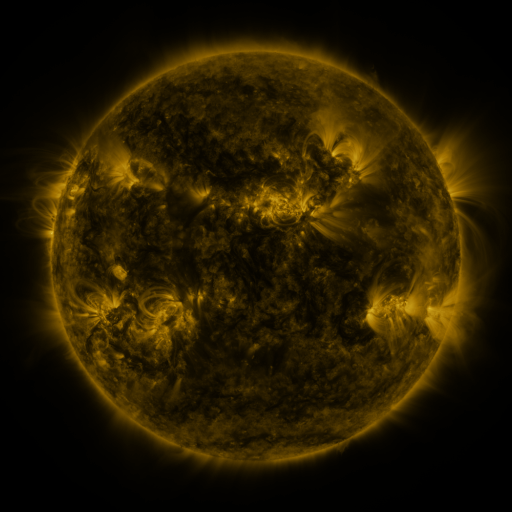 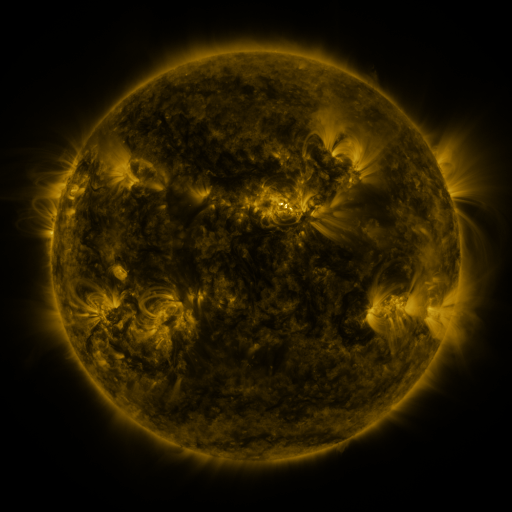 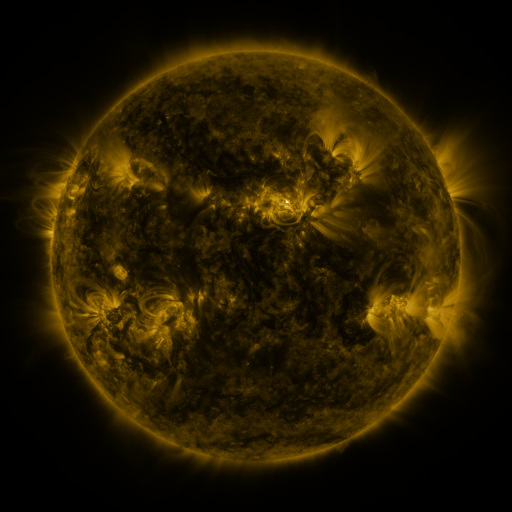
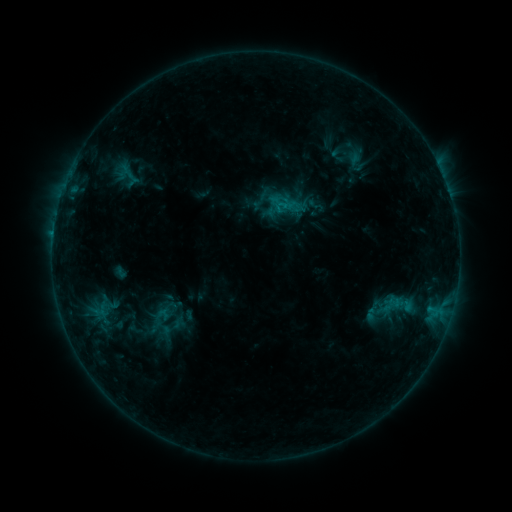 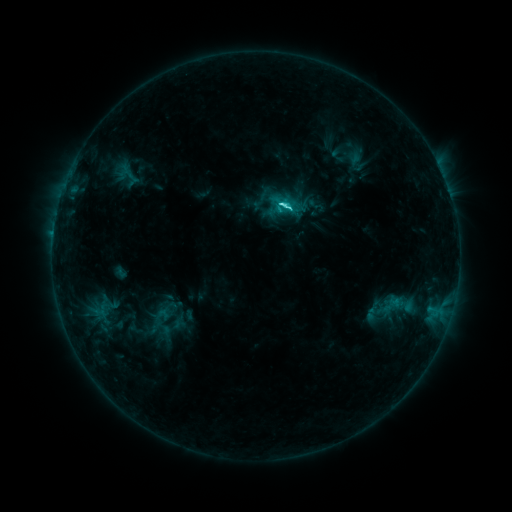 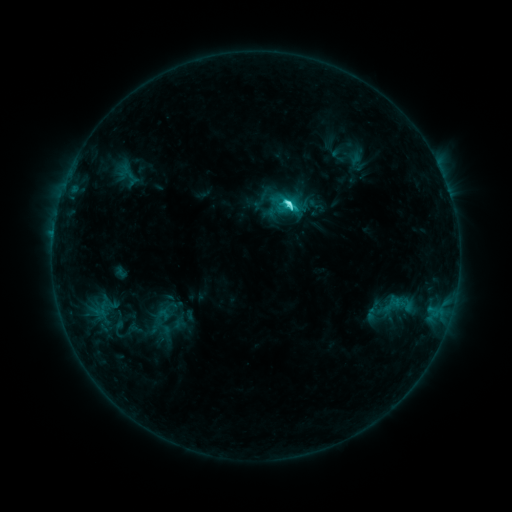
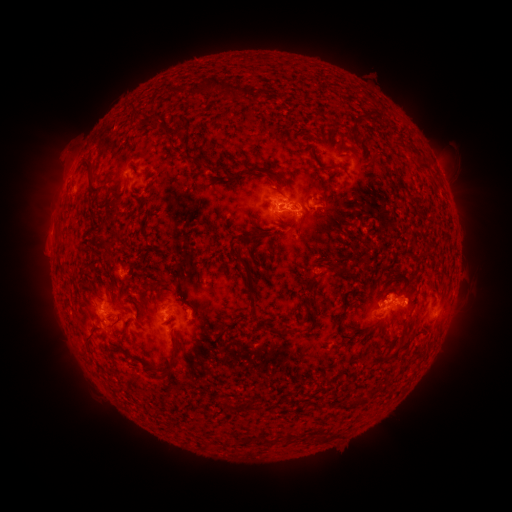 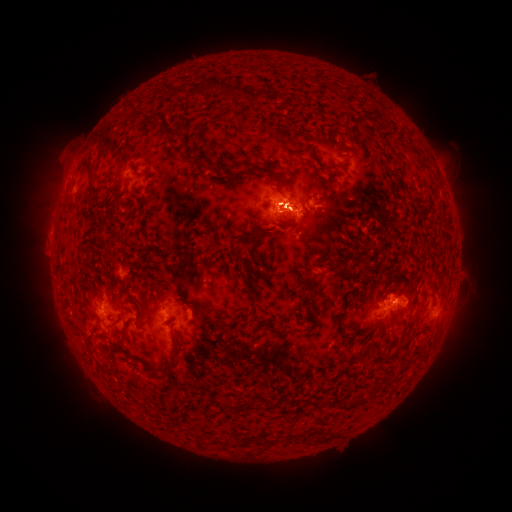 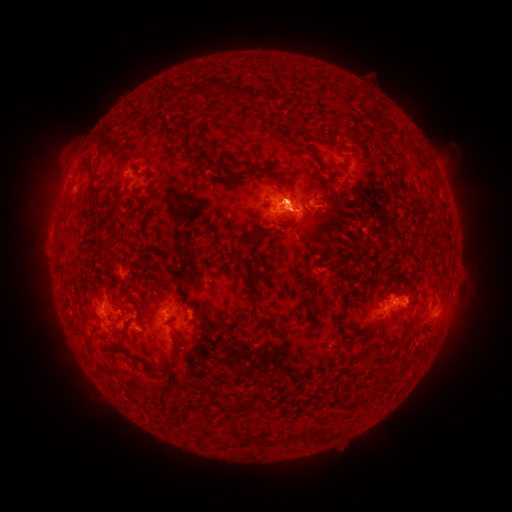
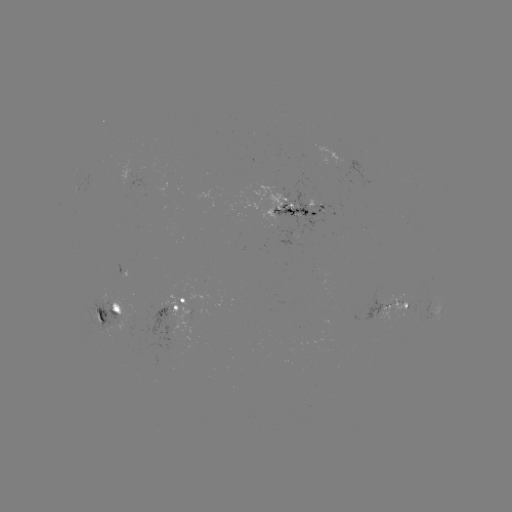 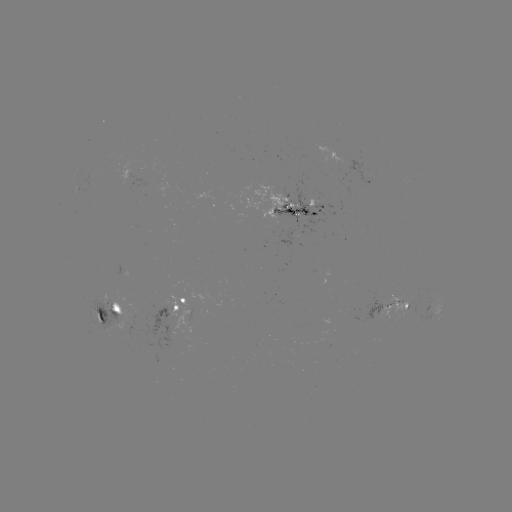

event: flare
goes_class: C6.6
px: (280, 206)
